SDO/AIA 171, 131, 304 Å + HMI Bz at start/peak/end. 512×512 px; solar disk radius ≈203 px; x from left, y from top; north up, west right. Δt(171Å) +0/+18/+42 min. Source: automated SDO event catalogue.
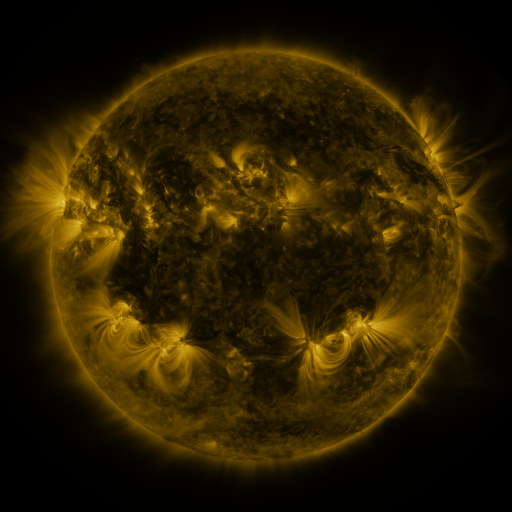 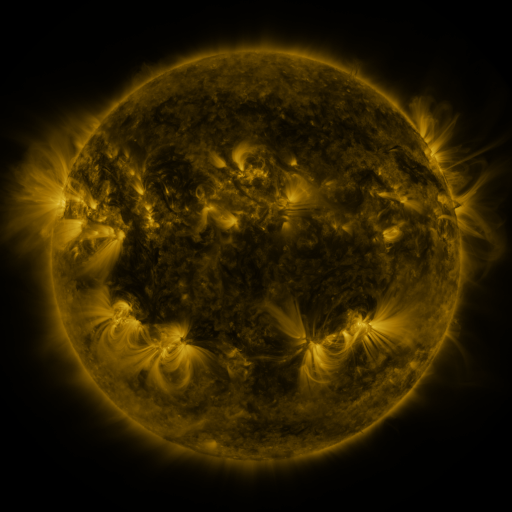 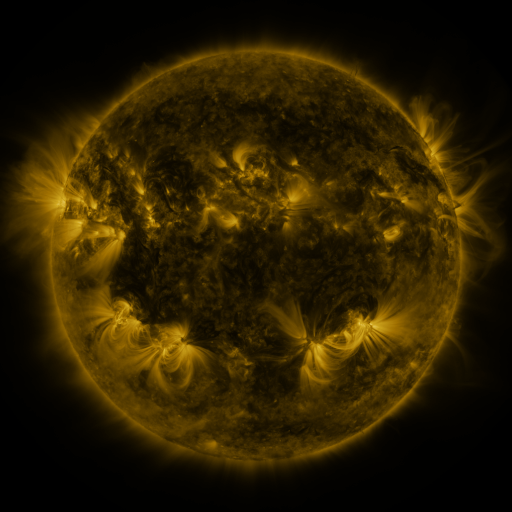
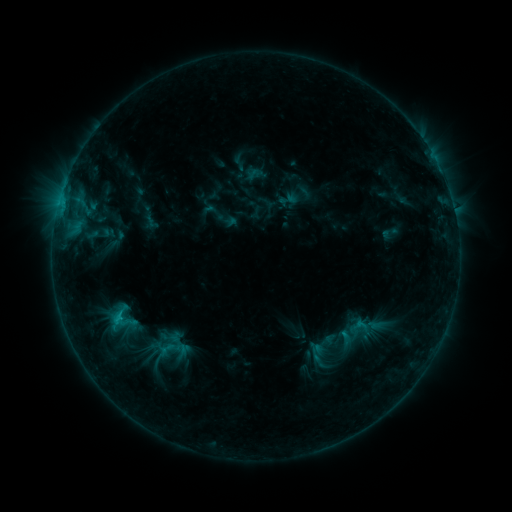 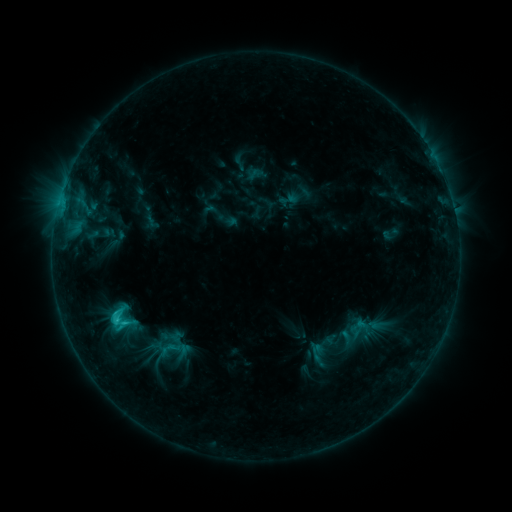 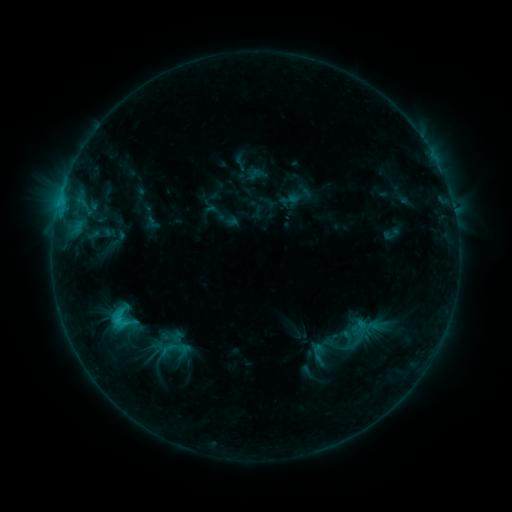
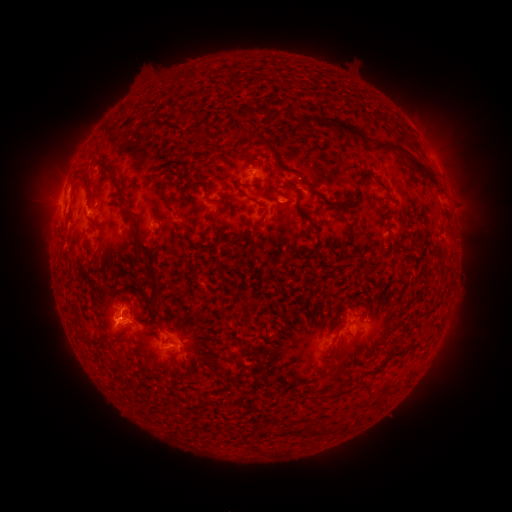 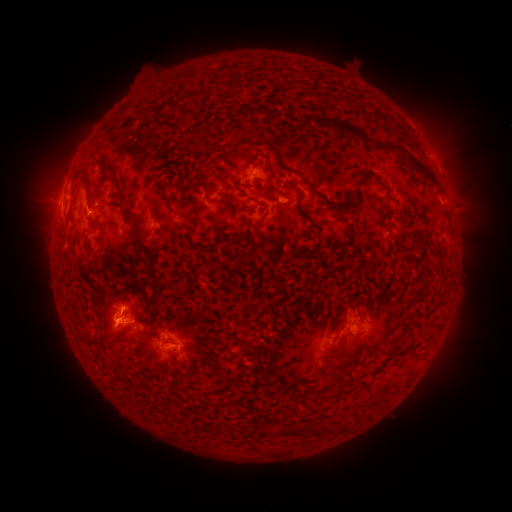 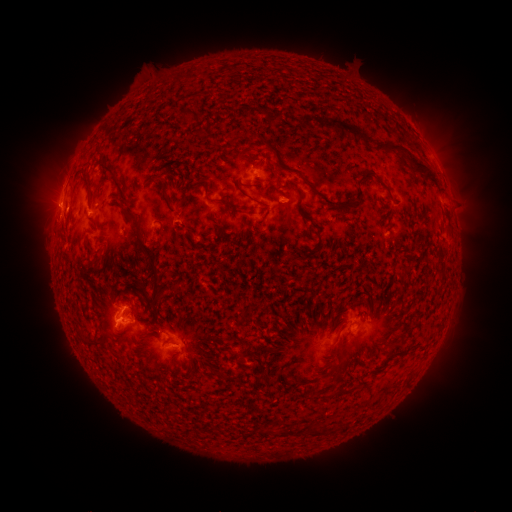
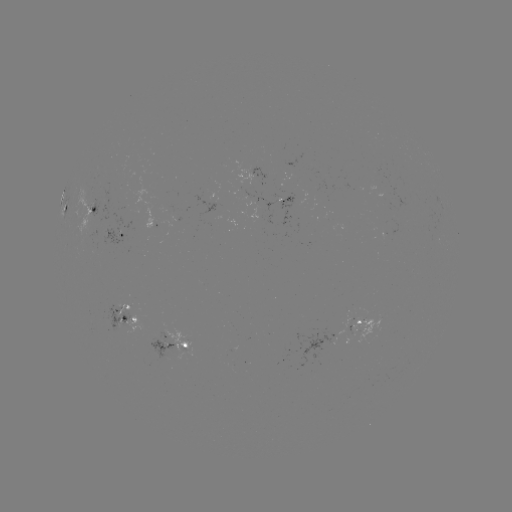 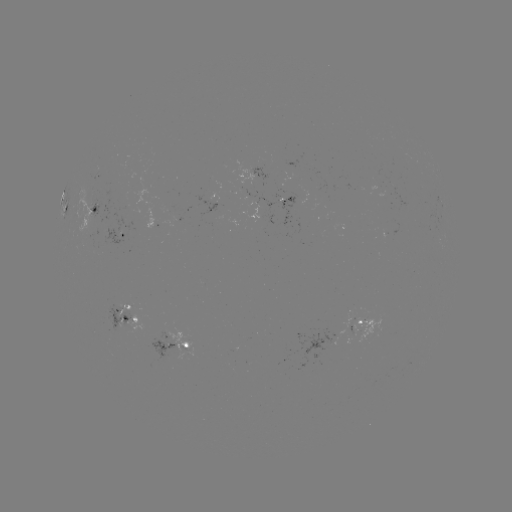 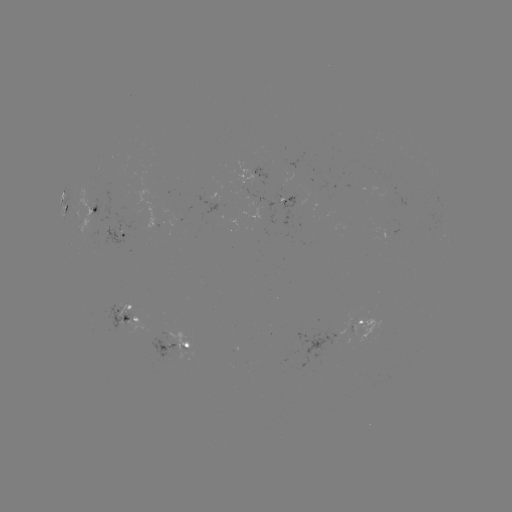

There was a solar flare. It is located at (117, 317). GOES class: C2.1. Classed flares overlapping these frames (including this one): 1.